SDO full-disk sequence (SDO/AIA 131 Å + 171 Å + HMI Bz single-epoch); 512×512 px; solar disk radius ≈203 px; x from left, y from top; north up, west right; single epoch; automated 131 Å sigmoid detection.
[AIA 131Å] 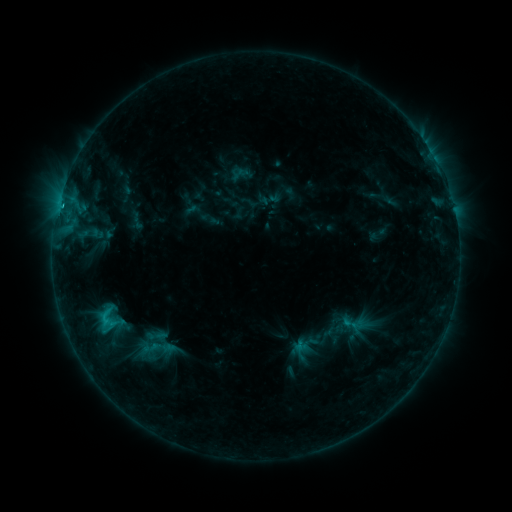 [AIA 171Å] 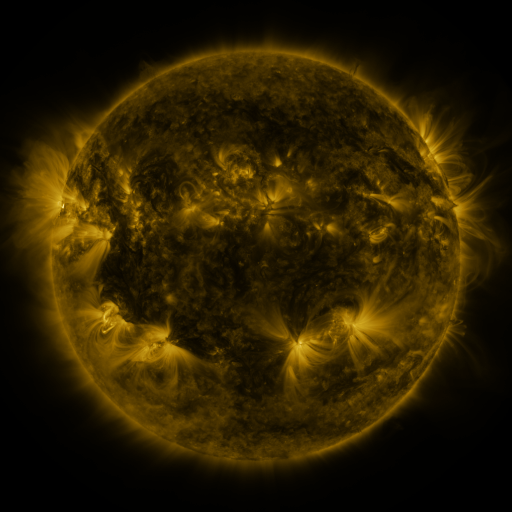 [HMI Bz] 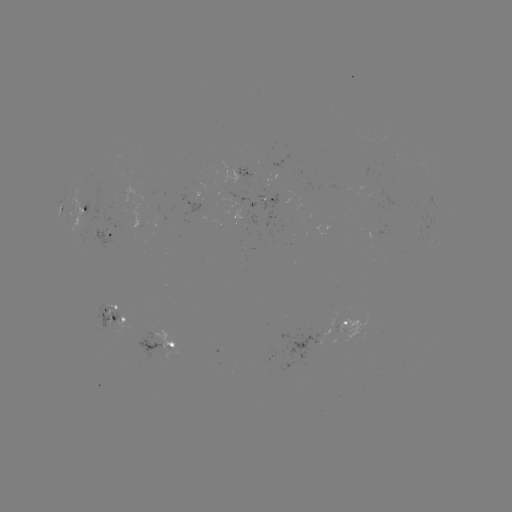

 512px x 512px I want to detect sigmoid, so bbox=[89, 305, 124, 332].